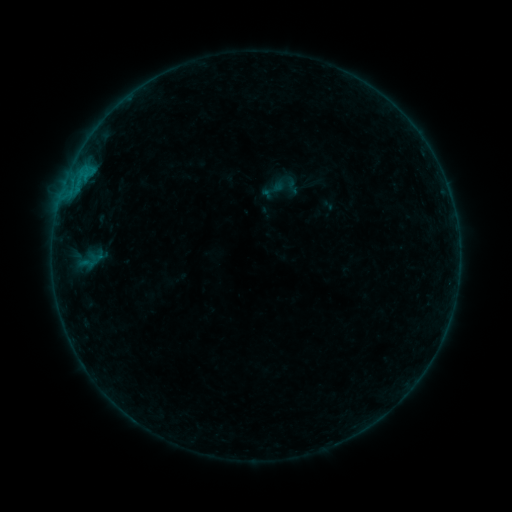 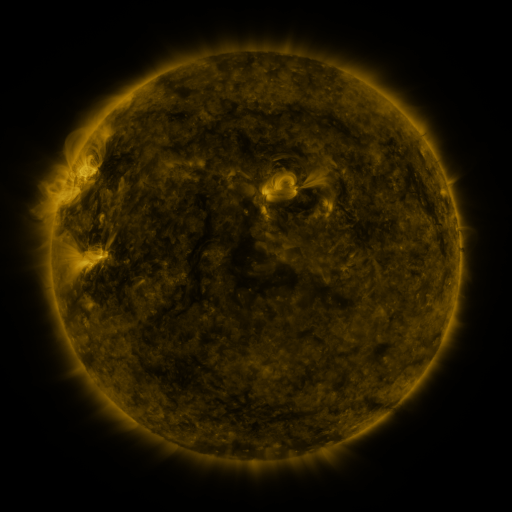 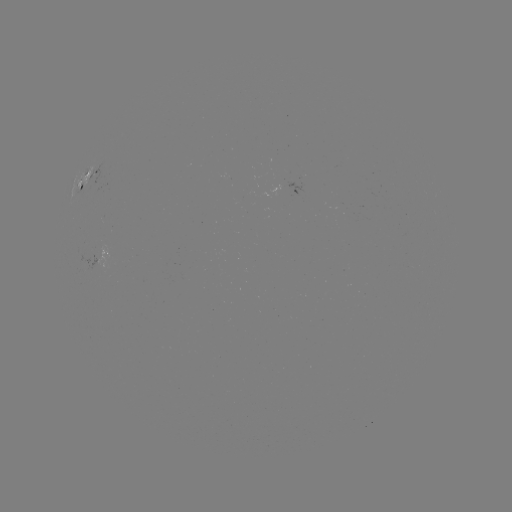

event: sigmoid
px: (273, 190)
